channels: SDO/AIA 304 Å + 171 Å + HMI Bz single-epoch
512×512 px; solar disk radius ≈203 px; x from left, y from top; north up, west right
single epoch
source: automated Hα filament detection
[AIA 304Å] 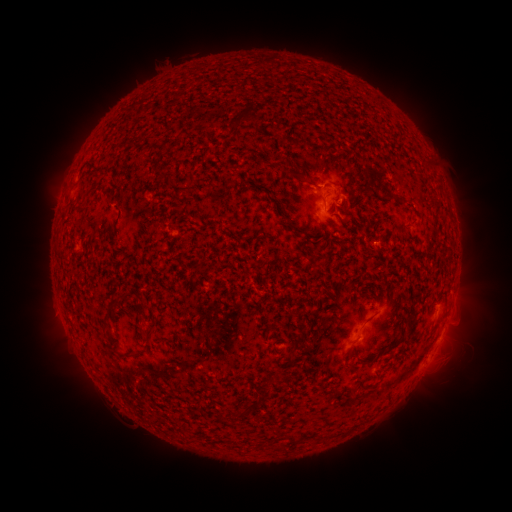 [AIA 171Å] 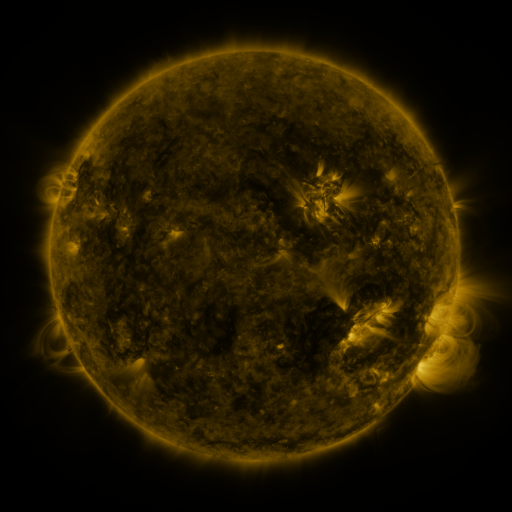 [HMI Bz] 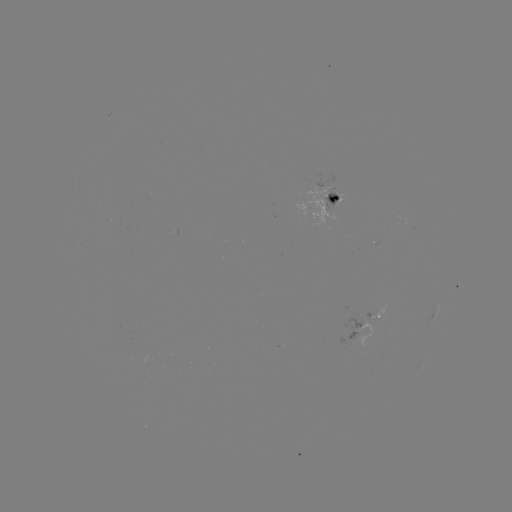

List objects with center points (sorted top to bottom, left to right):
filament: (303, 177)
filament: (111, 301)
filament: (368, 320)
filament: (113, 345)
filament: (130, 354)
filament: (288, 358)
filament: (345, 358)
filament: (283, 378)
